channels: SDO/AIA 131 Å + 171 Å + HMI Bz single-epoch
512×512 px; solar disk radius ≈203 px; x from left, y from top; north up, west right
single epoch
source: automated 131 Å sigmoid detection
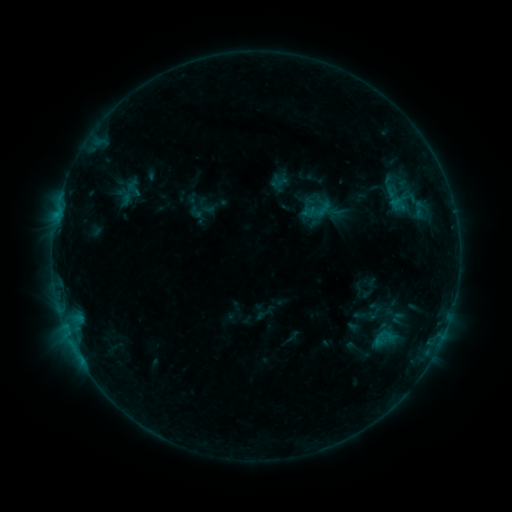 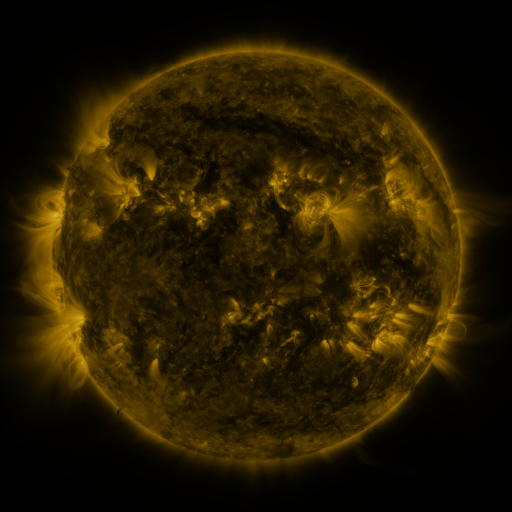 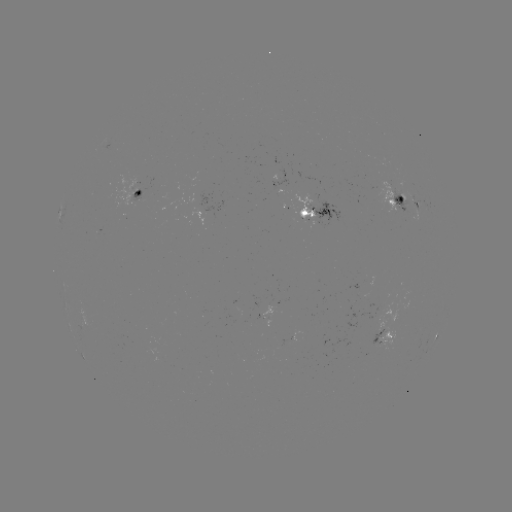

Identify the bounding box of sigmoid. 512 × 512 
[125, 181, 142, 198].